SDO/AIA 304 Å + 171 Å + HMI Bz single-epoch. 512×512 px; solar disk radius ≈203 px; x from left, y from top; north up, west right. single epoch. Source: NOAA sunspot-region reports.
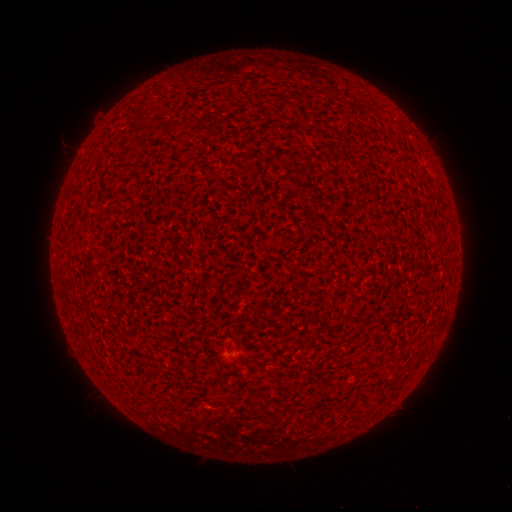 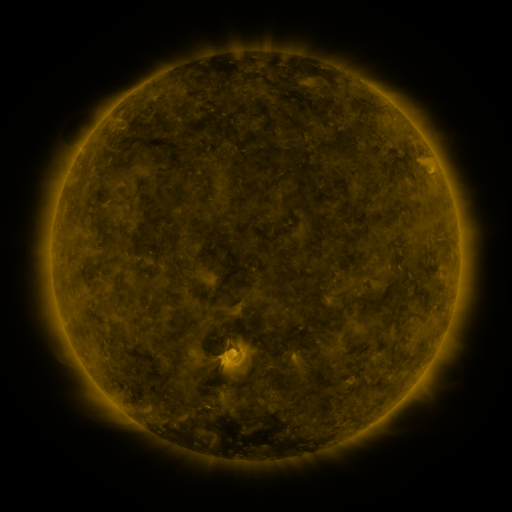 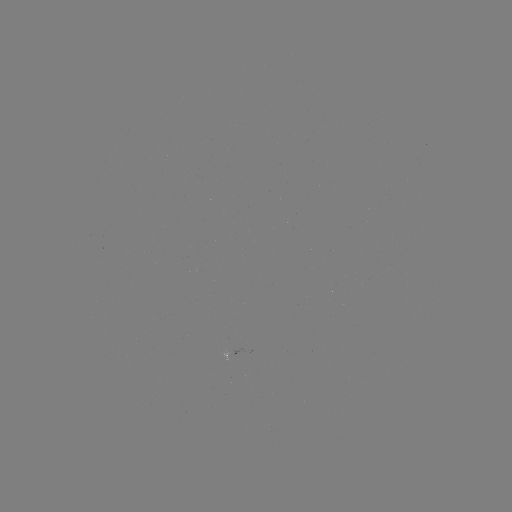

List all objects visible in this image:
(none)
